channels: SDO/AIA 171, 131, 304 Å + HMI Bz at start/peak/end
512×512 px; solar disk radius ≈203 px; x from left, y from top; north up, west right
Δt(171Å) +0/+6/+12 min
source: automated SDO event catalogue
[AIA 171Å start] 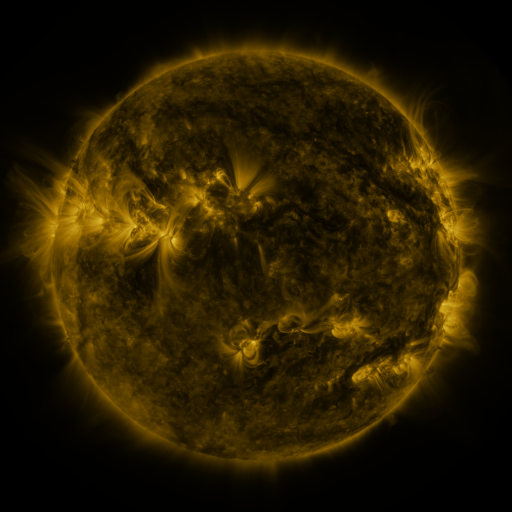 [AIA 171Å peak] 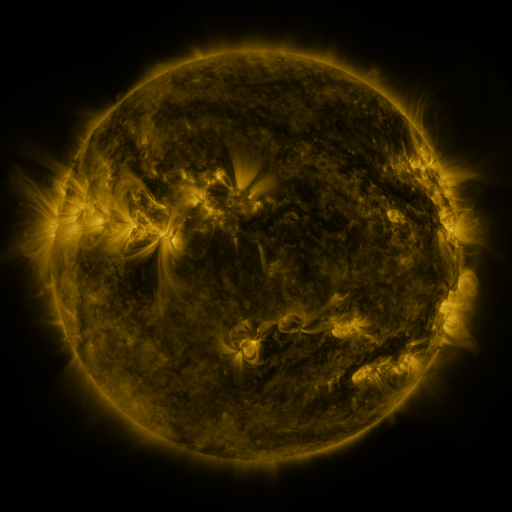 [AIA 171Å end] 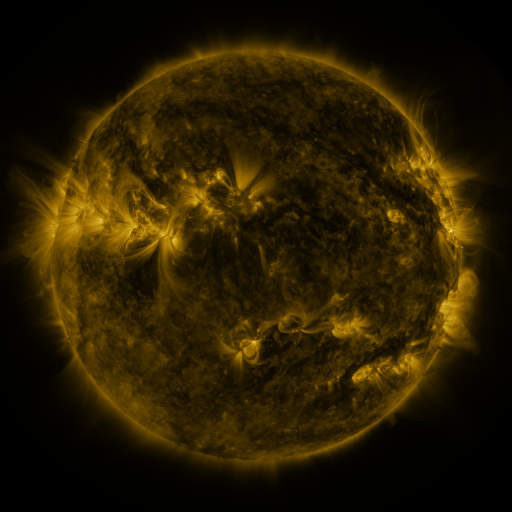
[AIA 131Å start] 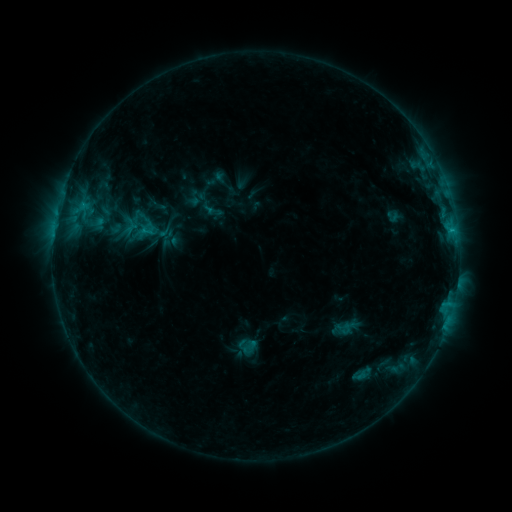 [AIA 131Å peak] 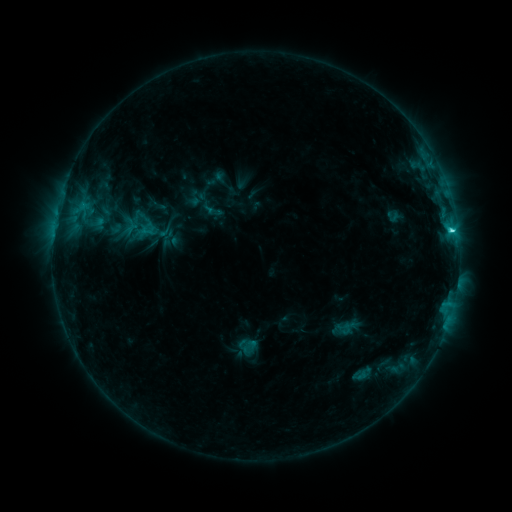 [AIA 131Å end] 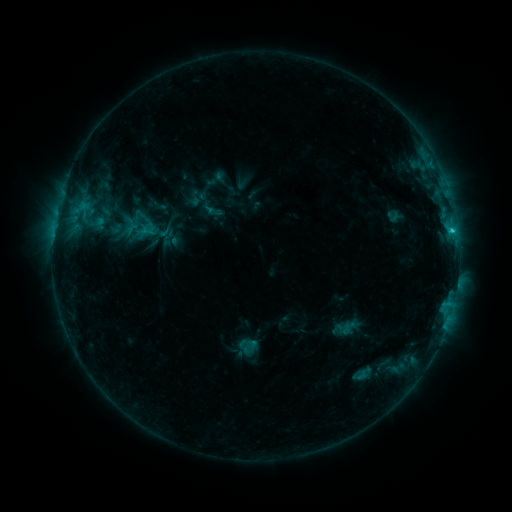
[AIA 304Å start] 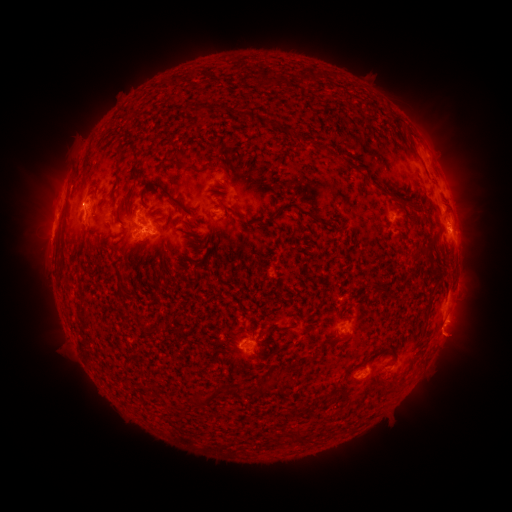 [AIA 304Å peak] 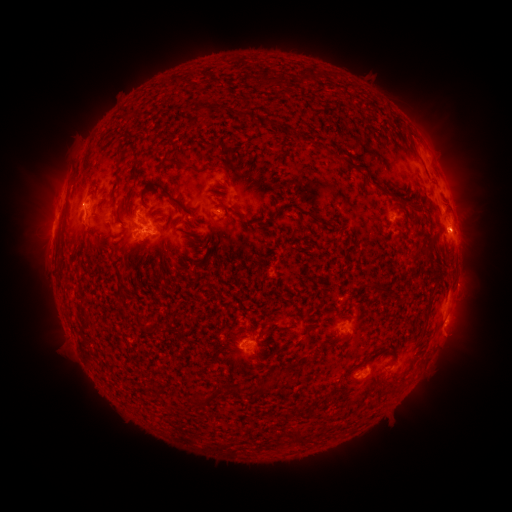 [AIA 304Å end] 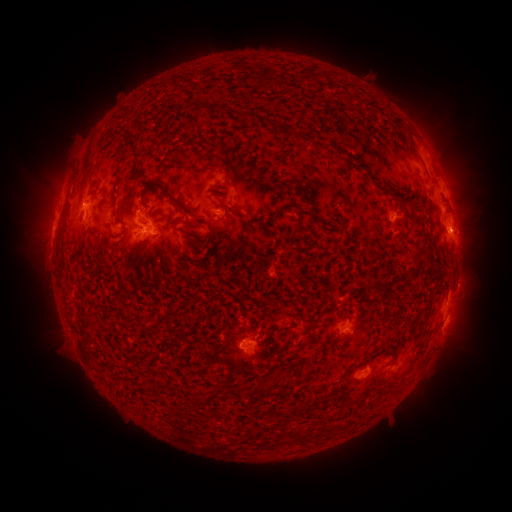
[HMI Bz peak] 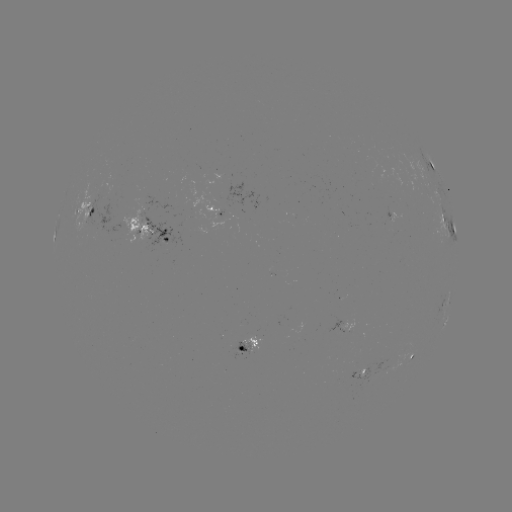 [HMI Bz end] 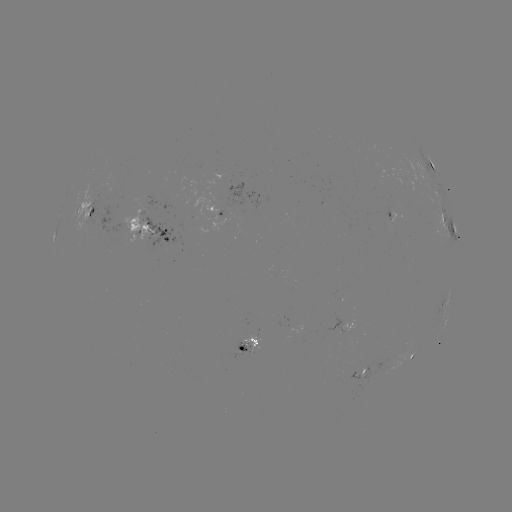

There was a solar flare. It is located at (450, 232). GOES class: C2.7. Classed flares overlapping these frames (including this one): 1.